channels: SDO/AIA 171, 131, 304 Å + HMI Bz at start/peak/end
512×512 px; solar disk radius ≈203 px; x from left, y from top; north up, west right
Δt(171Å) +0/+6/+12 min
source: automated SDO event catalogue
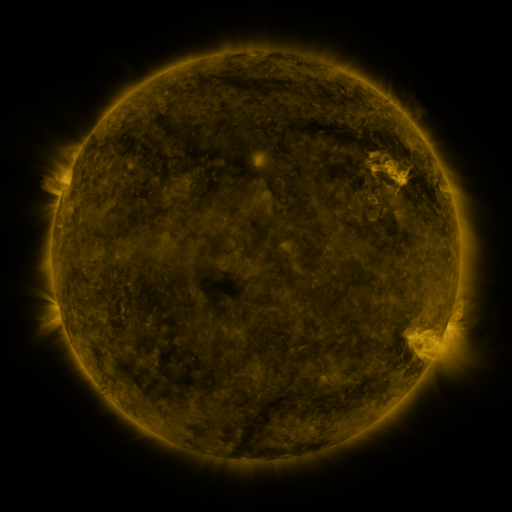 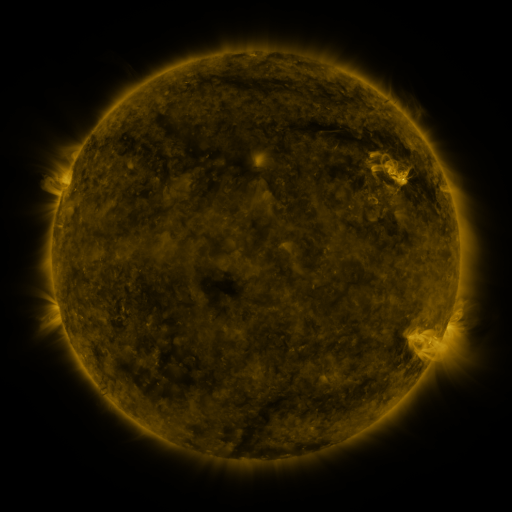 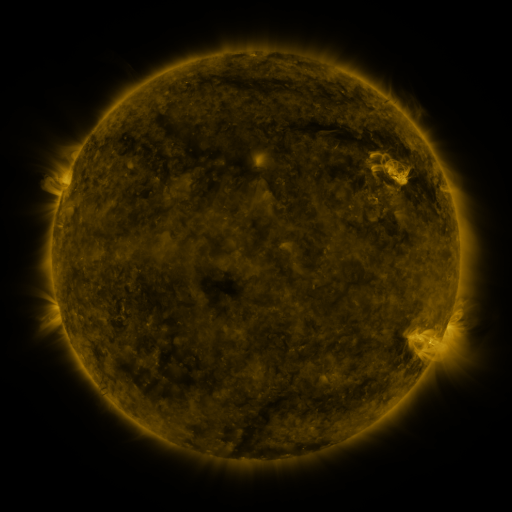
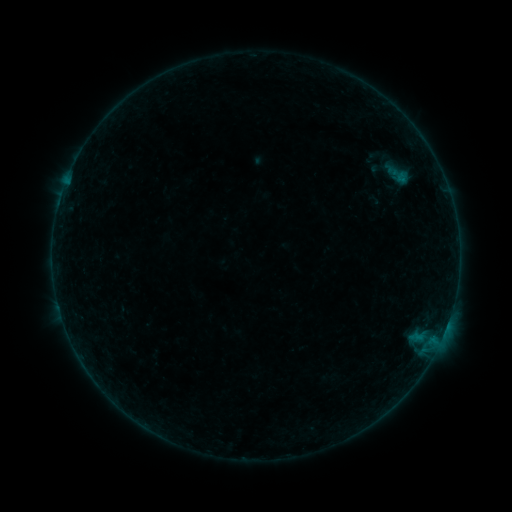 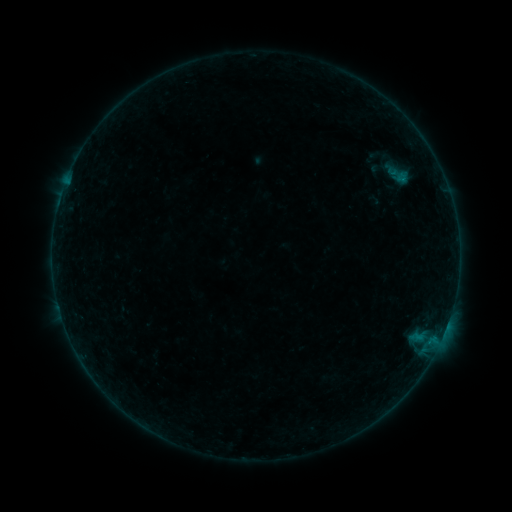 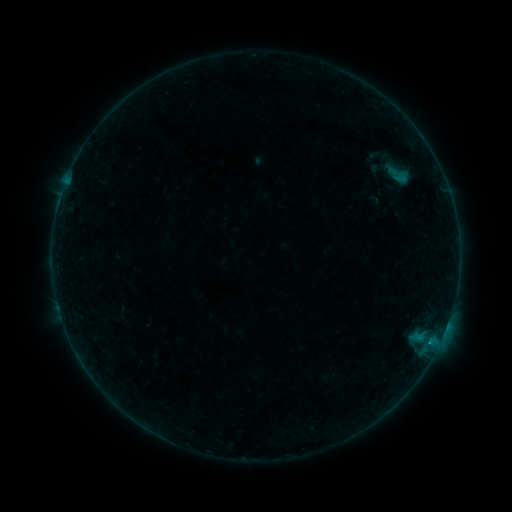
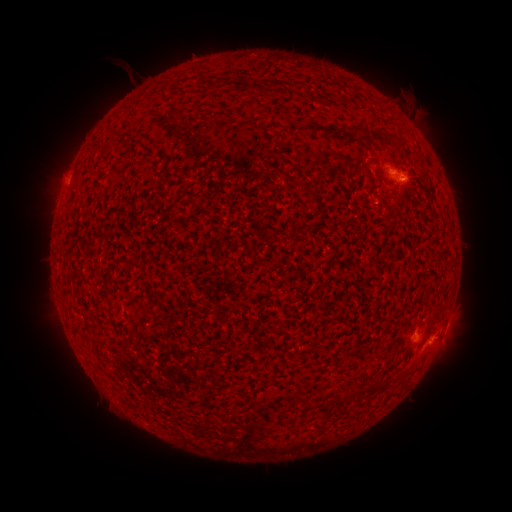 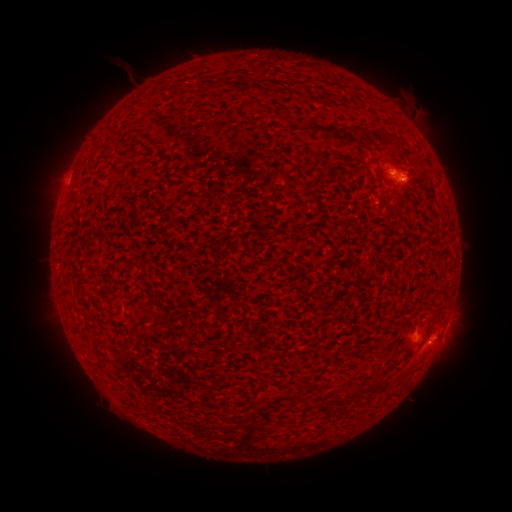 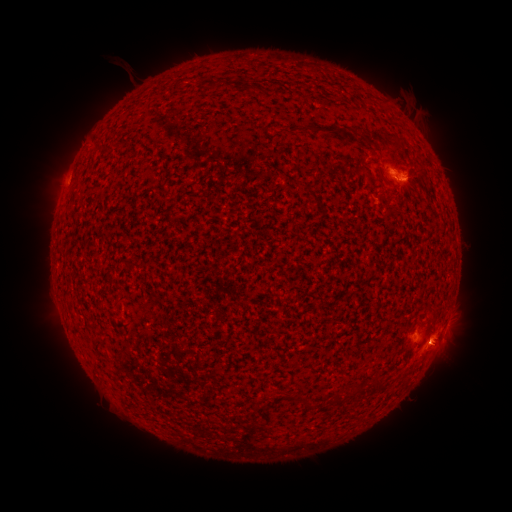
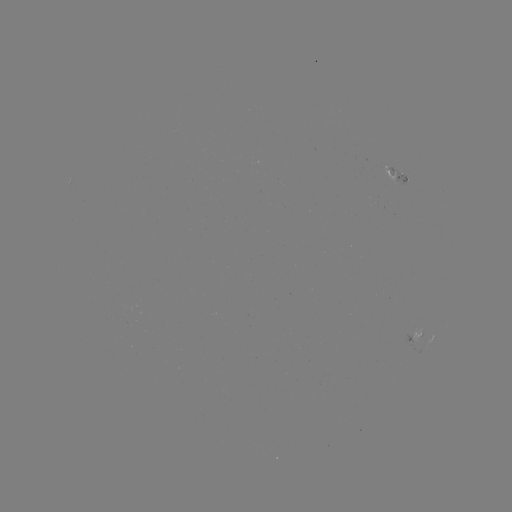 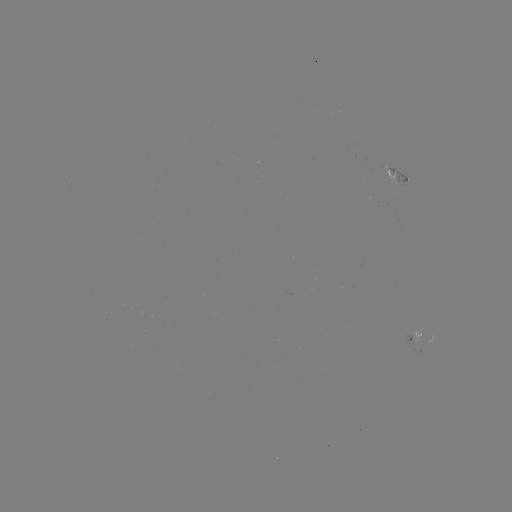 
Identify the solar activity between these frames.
B2.4 flare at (404, 181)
